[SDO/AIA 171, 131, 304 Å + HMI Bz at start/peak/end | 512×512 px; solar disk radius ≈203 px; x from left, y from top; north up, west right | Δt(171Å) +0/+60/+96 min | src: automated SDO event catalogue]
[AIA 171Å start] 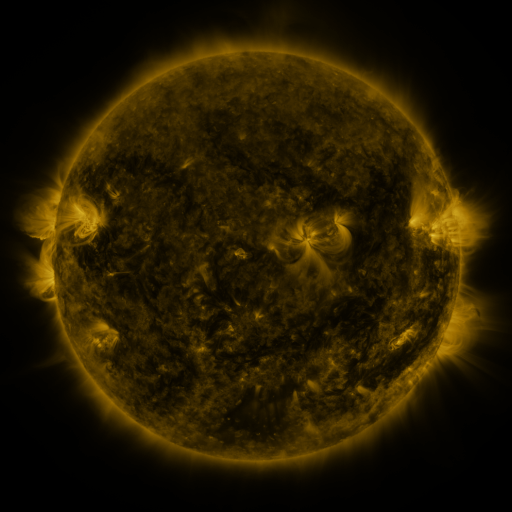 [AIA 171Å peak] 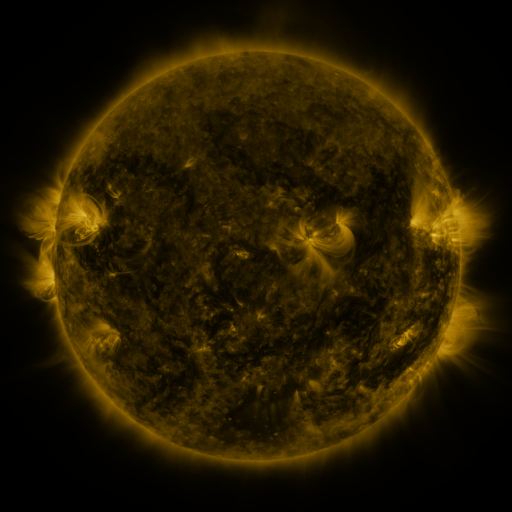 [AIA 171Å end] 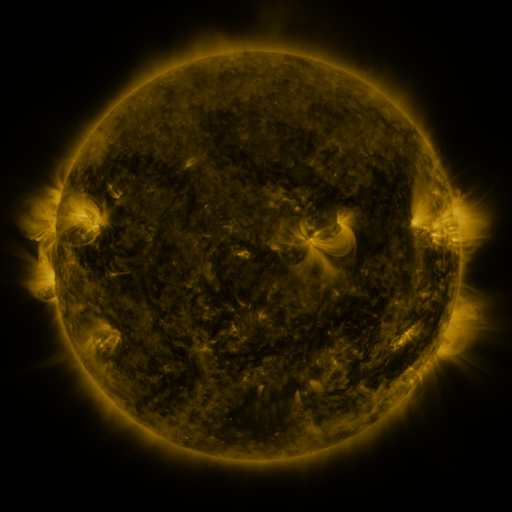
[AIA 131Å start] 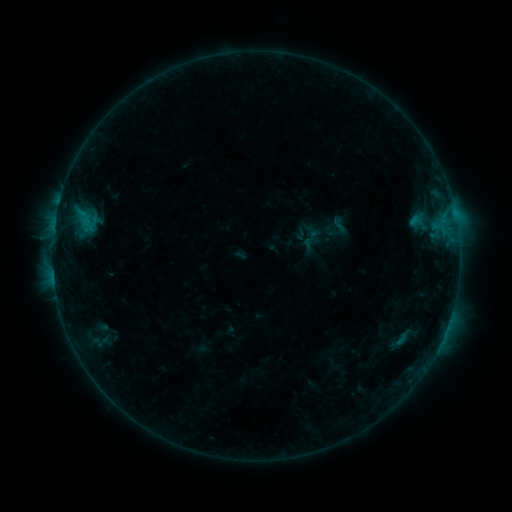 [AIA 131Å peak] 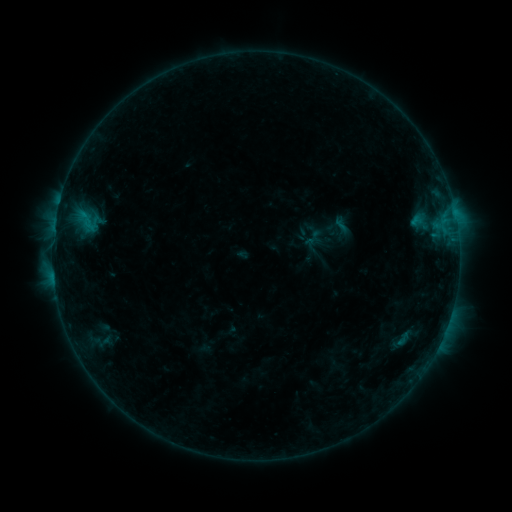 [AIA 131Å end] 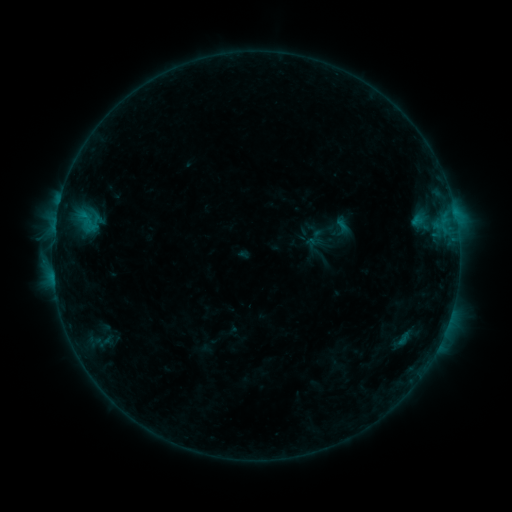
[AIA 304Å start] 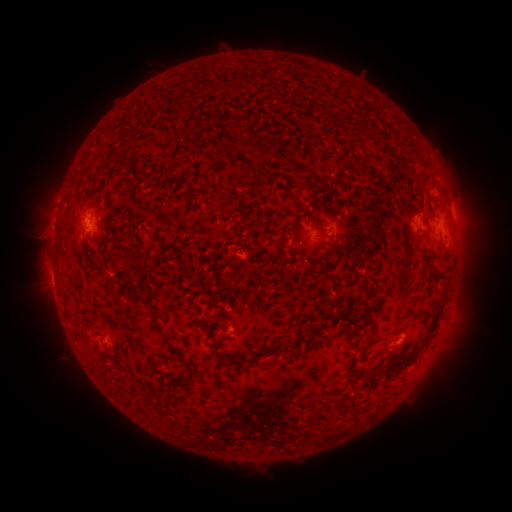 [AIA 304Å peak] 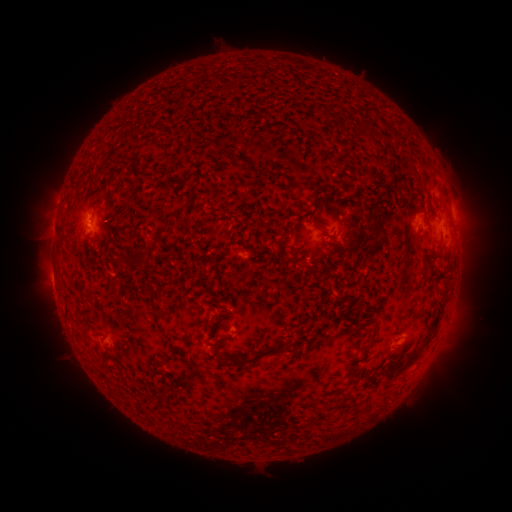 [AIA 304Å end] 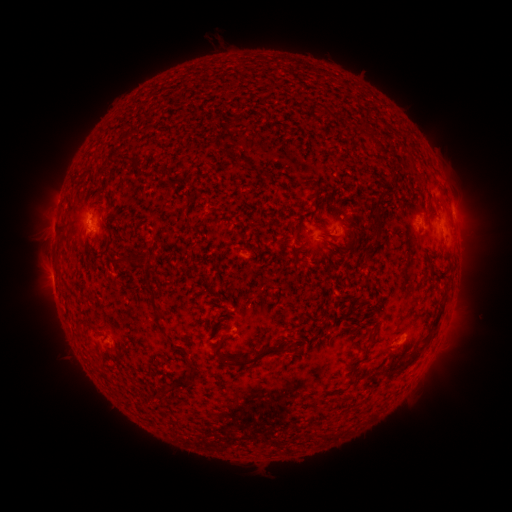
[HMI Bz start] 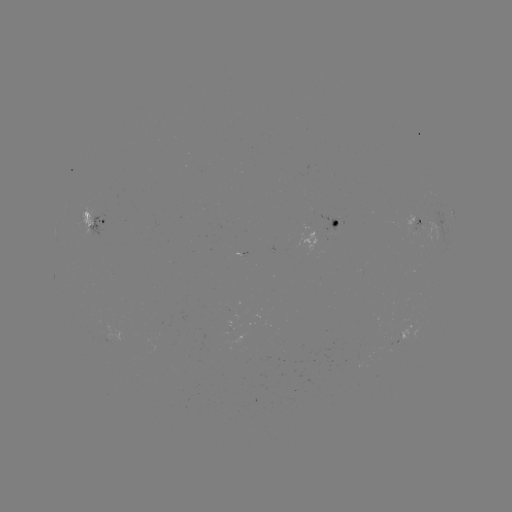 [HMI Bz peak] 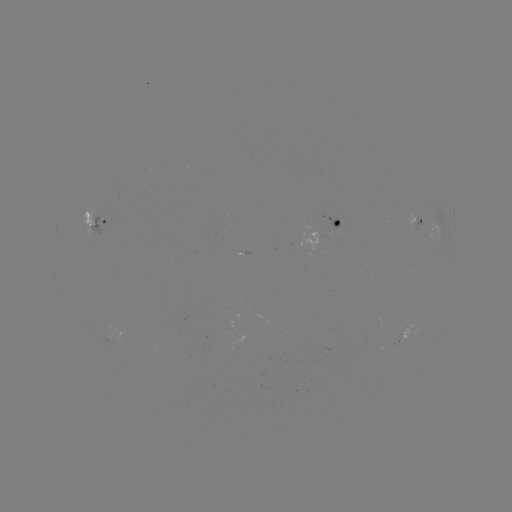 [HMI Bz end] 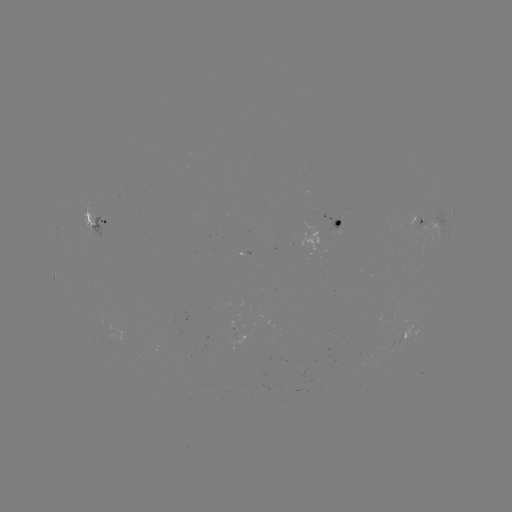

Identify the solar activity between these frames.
emerging-flux region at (420, 221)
